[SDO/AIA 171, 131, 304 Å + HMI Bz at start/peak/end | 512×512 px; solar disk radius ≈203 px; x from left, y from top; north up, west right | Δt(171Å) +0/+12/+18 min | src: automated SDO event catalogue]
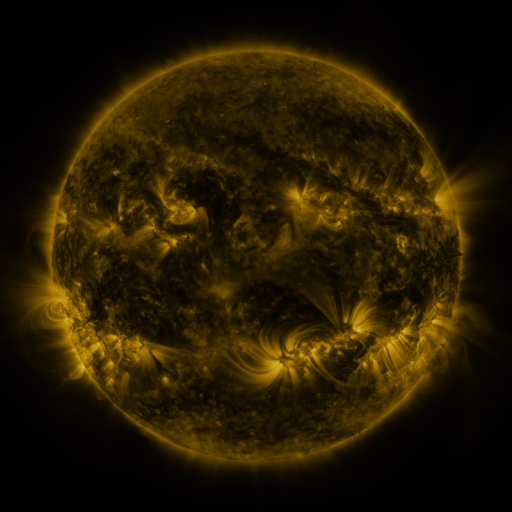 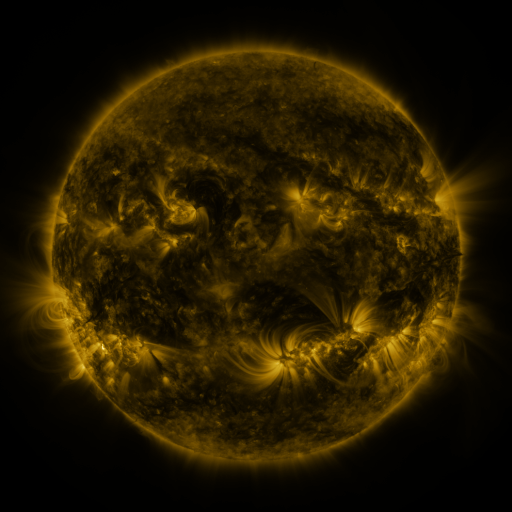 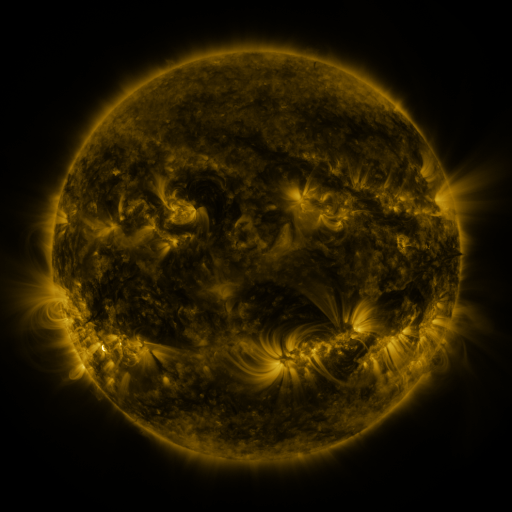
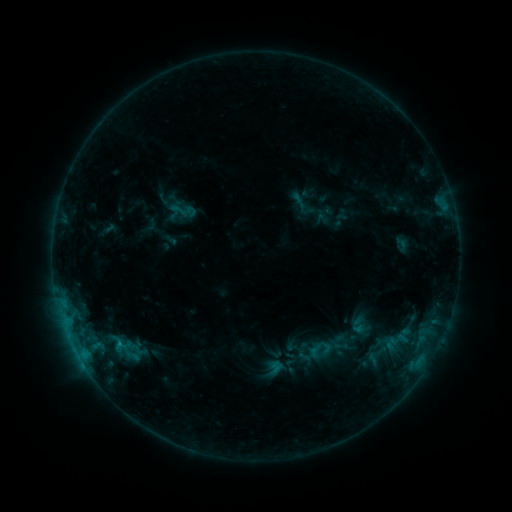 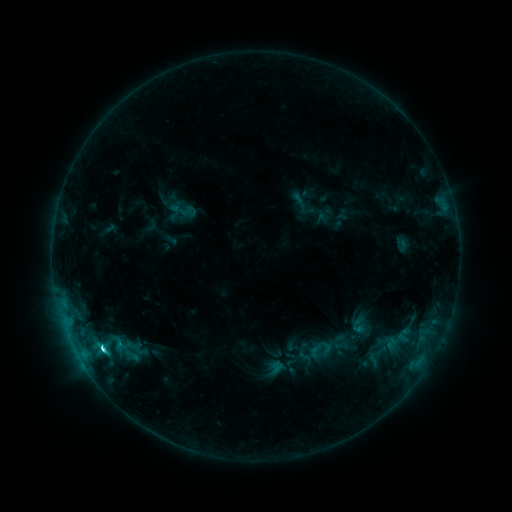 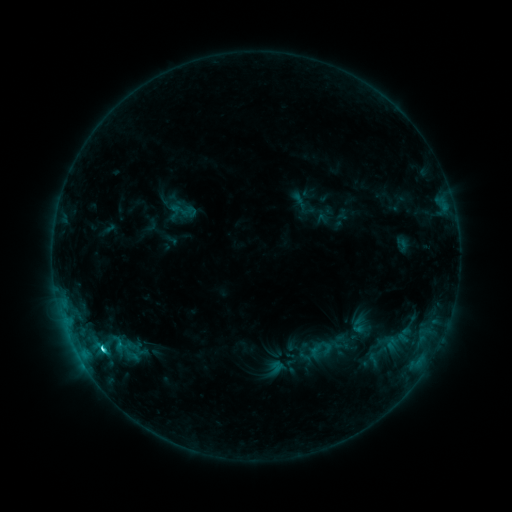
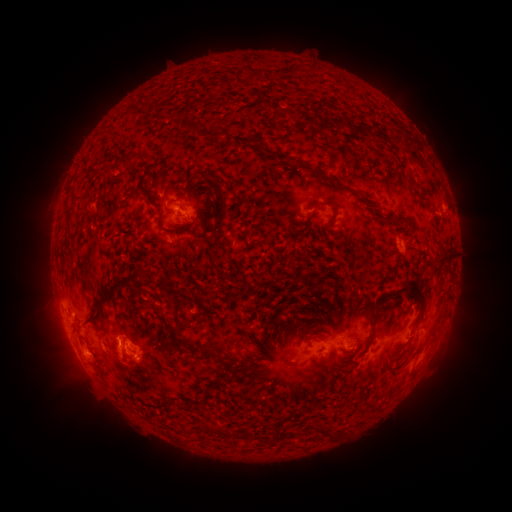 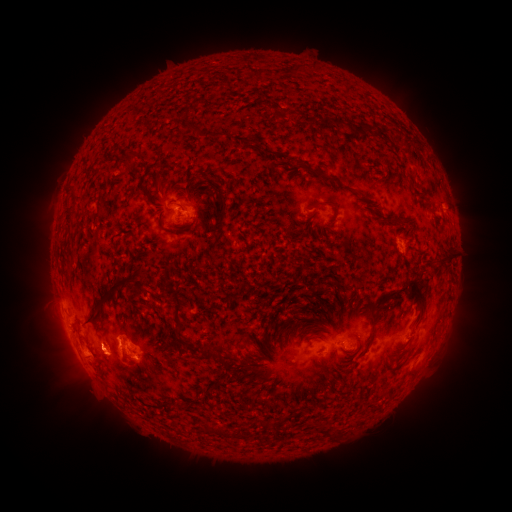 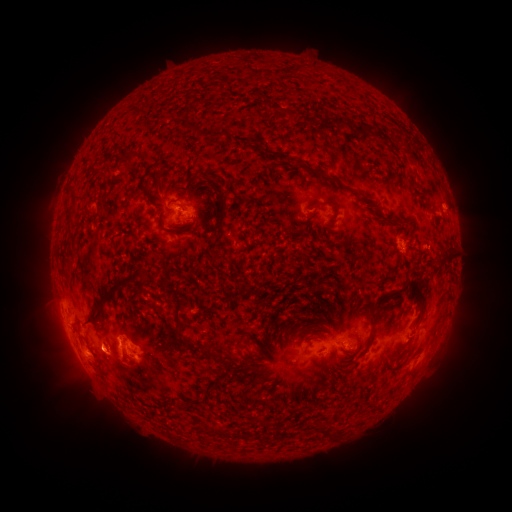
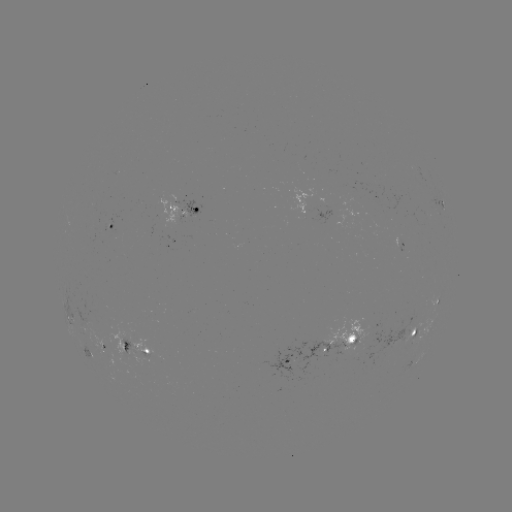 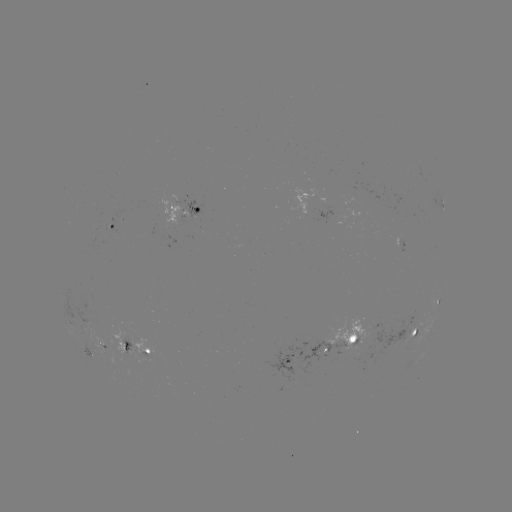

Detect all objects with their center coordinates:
C2.8 flare: (102, 346)
